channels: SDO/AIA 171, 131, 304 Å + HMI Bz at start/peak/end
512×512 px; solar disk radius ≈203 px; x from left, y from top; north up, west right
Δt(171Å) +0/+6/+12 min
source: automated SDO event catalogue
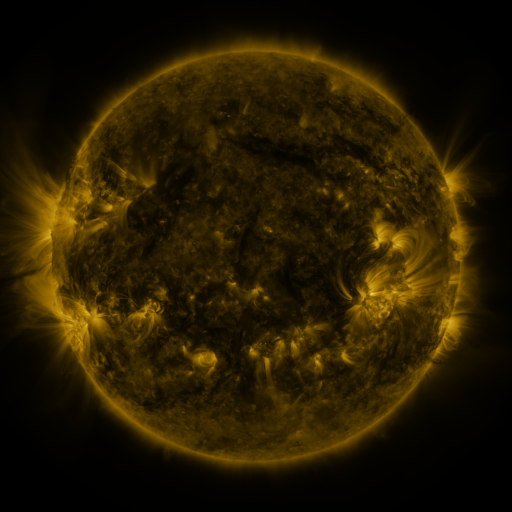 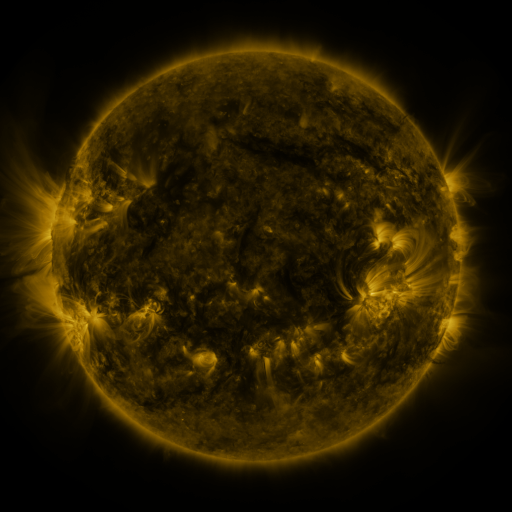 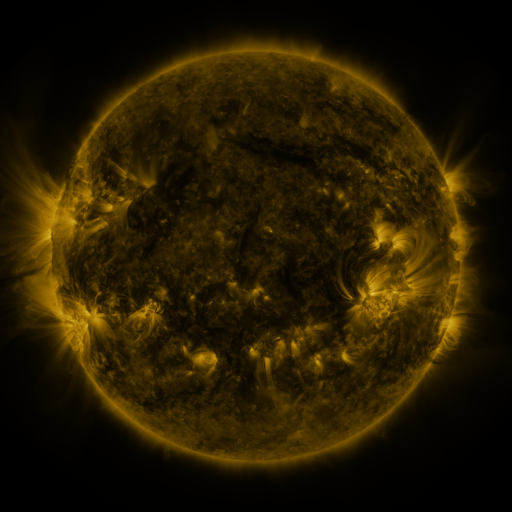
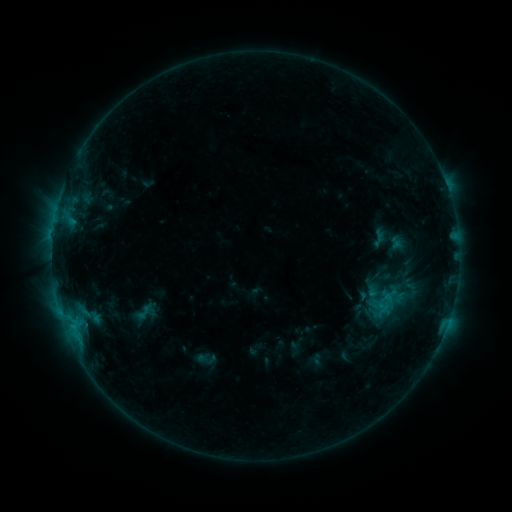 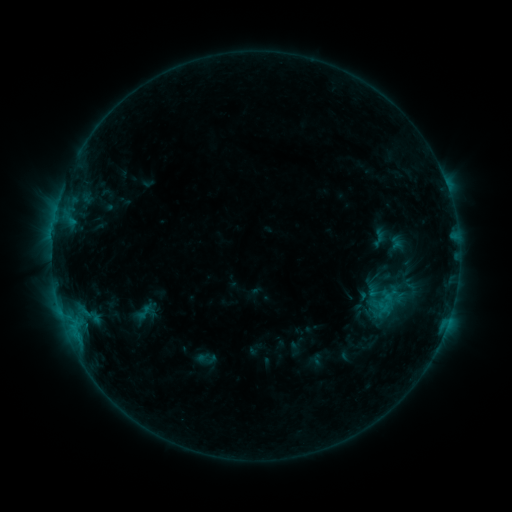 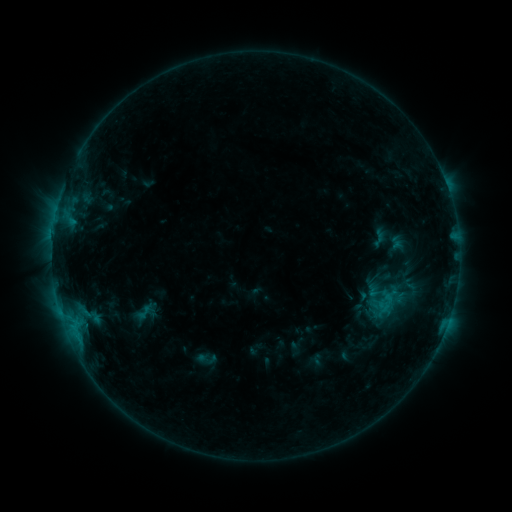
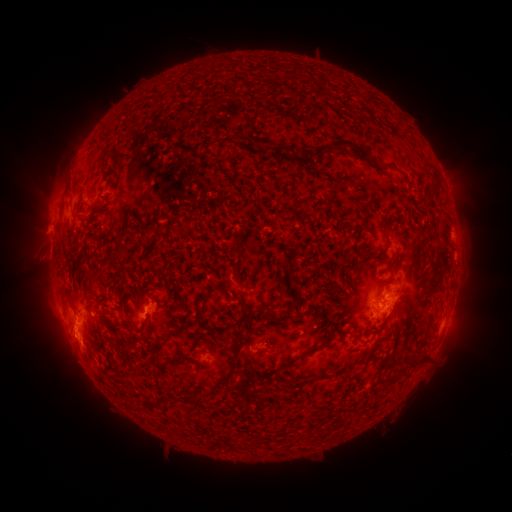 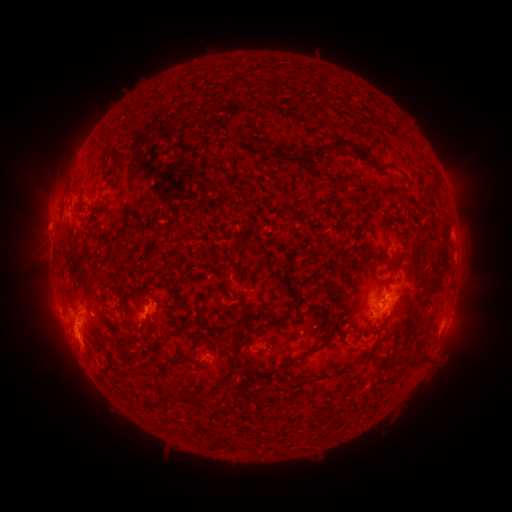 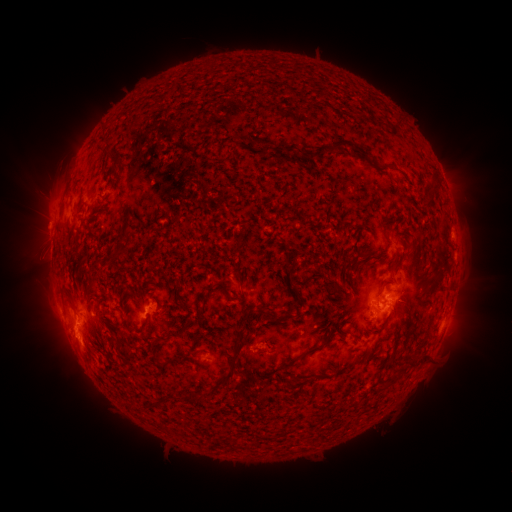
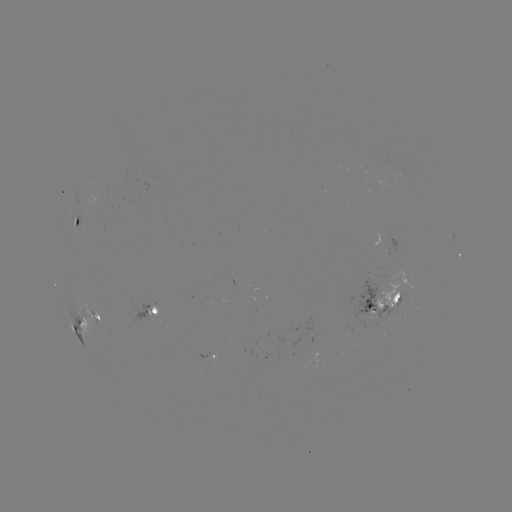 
nothing was catalogued: no classed flare, no EUV trigger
